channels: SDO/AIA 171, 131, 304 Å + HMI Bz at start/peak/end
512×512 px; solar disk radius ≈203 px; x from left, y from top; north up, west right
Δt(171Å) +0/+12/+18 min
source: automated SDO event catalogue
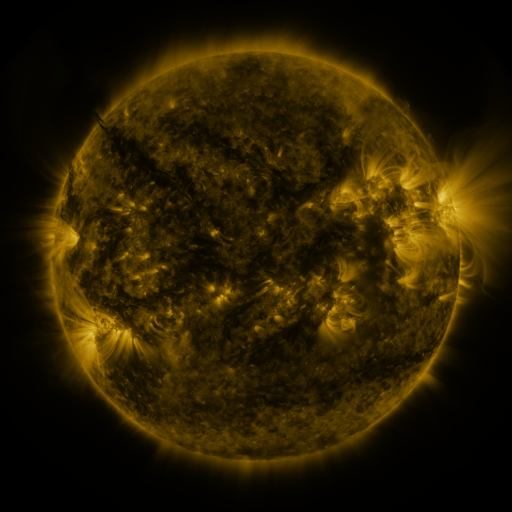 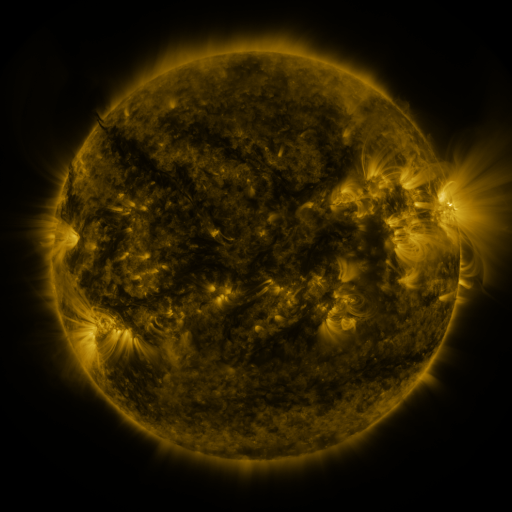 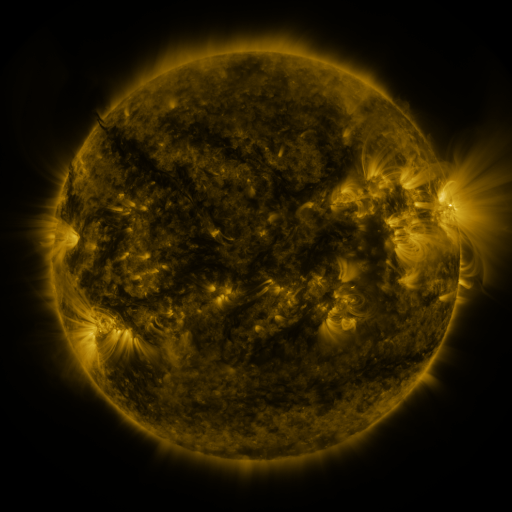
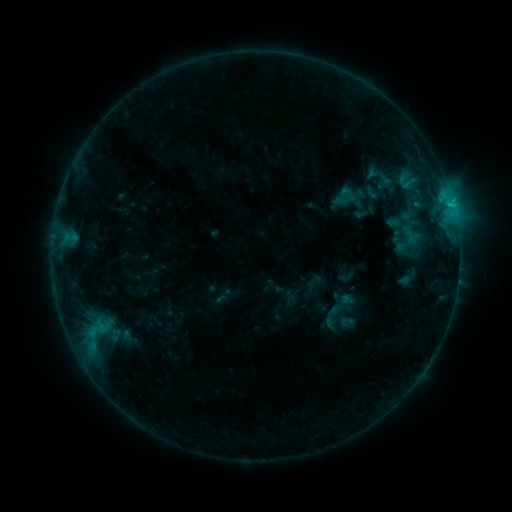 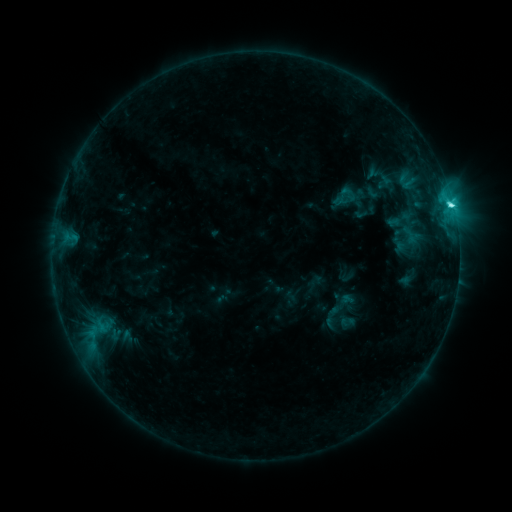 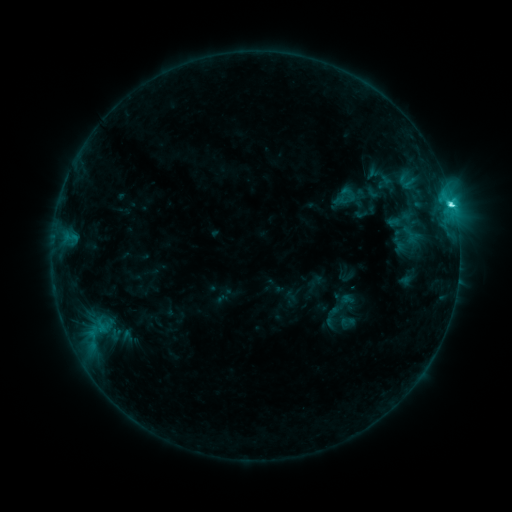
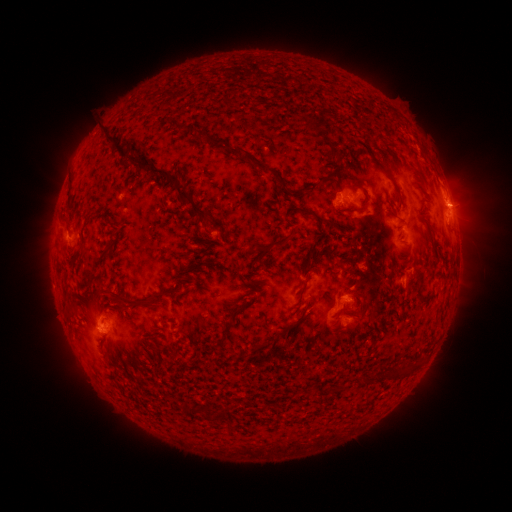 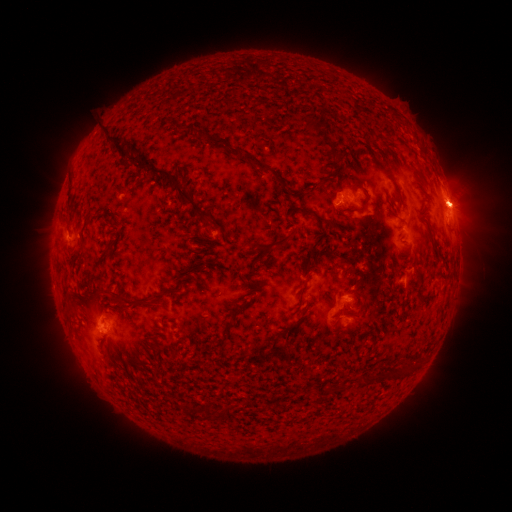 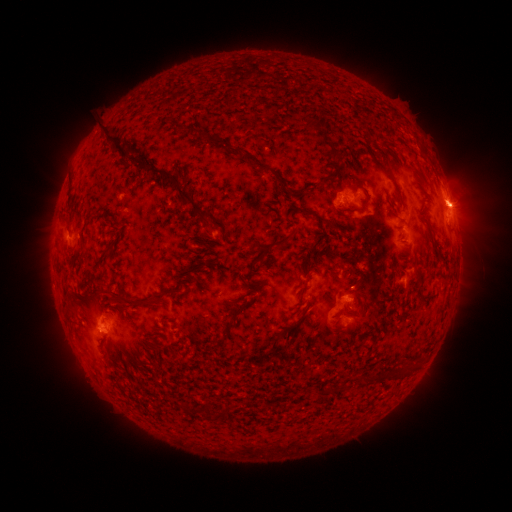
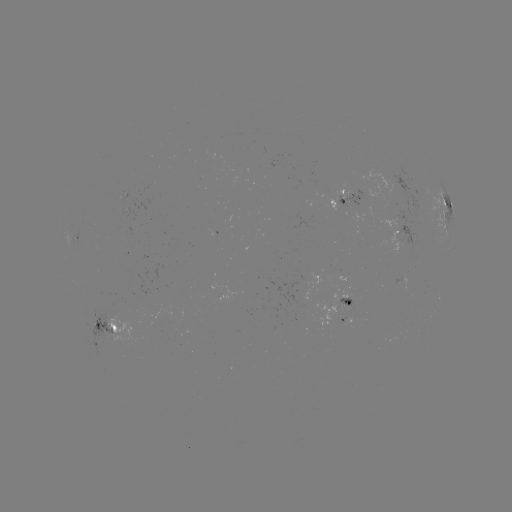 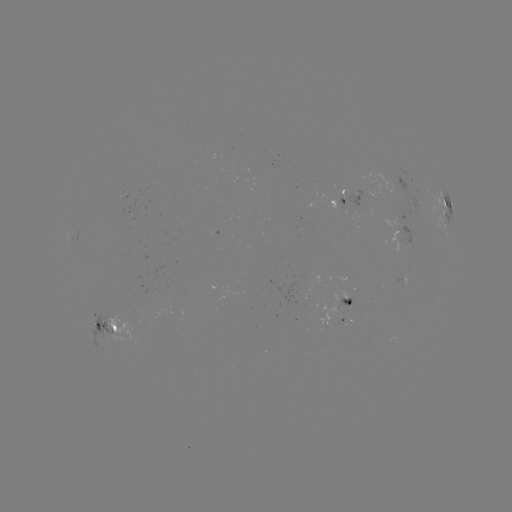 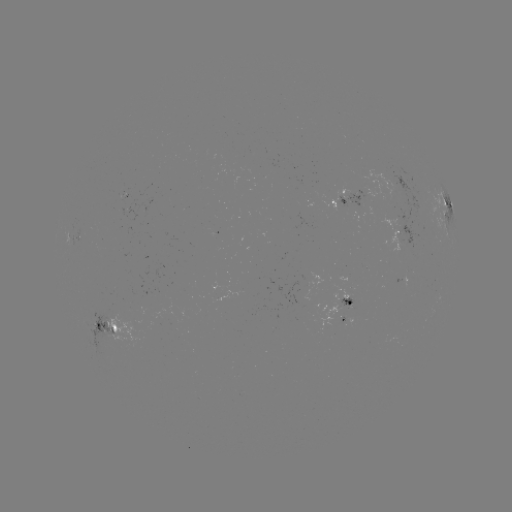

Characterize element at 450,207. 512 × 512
C4.9 flare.